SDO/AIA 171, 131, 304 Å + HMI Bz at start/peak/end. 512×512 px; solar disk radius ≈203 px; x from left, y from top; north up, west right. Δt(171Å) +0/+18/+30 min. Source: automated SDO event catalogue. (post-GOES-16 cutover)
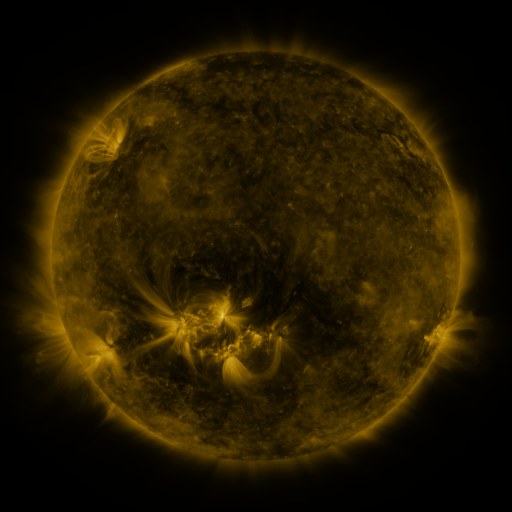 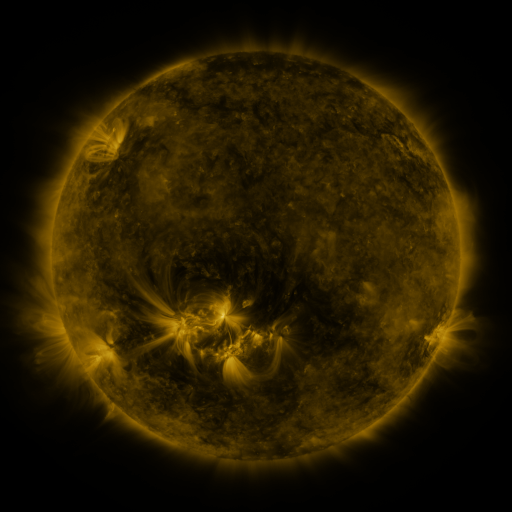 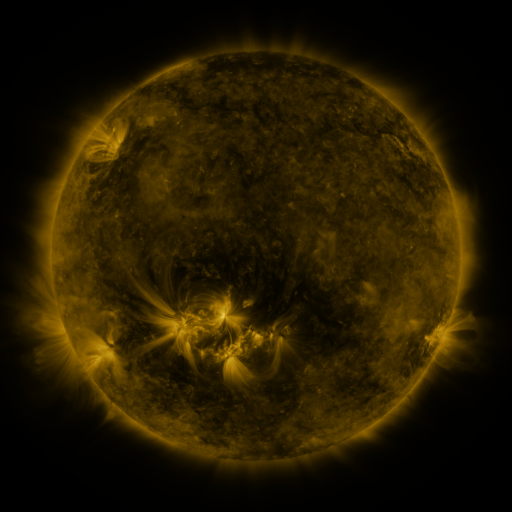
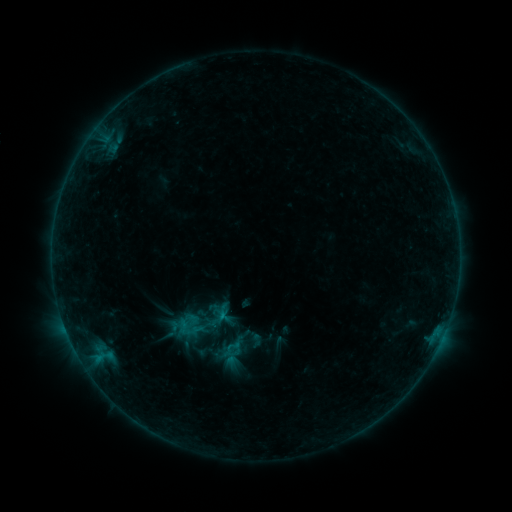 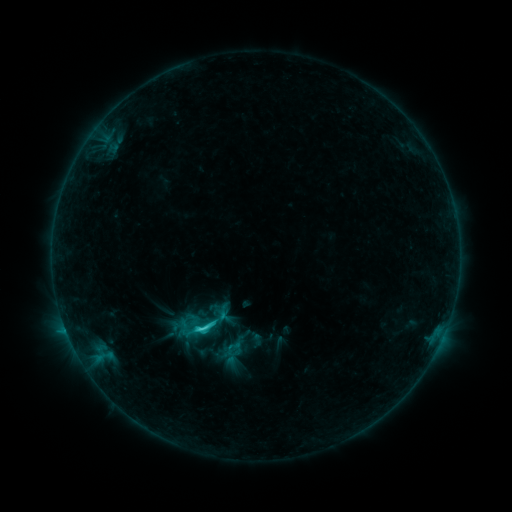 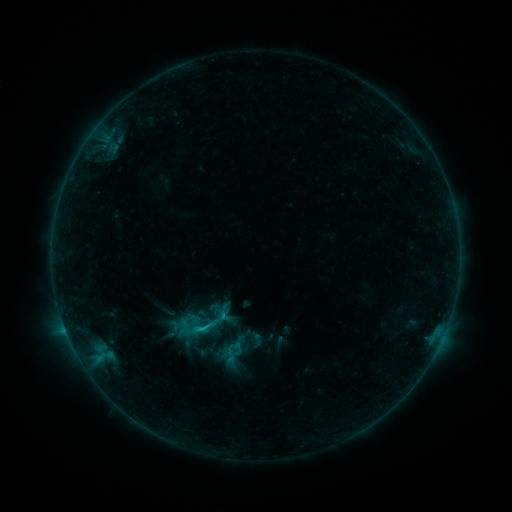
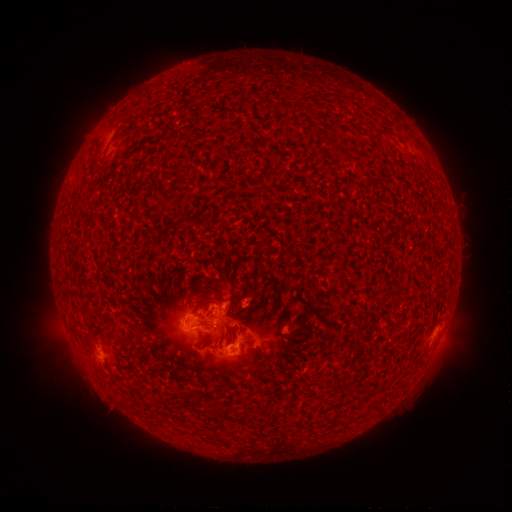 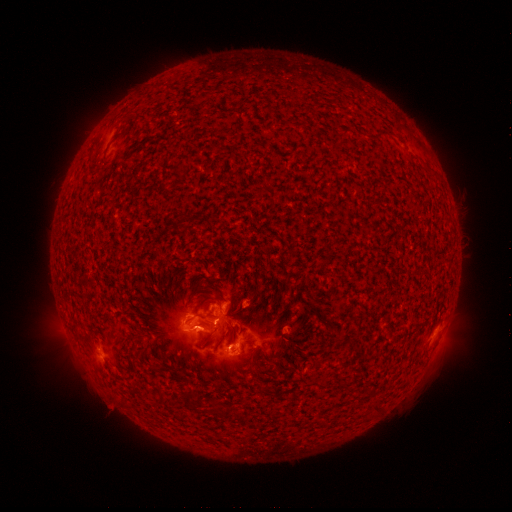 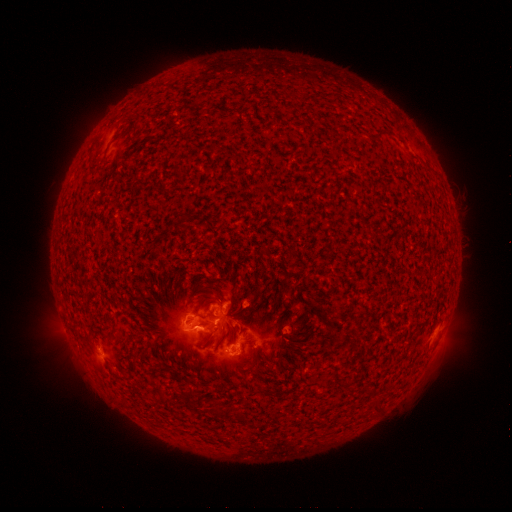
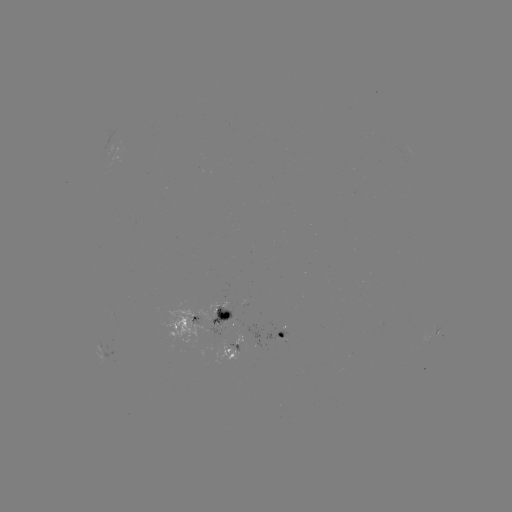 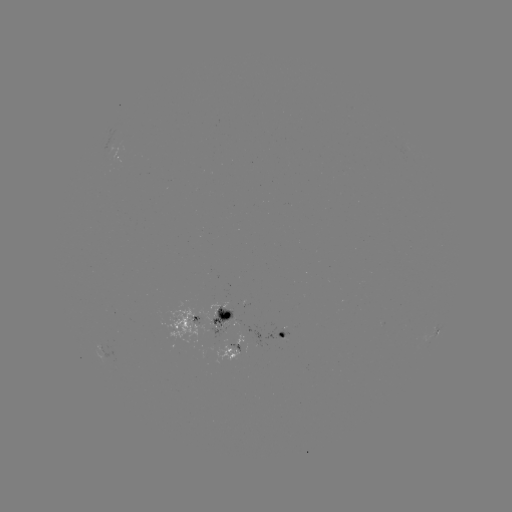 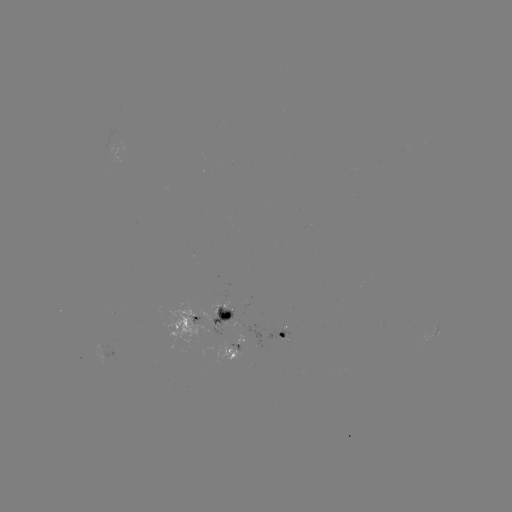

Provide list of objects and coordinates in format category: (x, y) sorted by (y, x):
C3.1 flare: (203, 329)
